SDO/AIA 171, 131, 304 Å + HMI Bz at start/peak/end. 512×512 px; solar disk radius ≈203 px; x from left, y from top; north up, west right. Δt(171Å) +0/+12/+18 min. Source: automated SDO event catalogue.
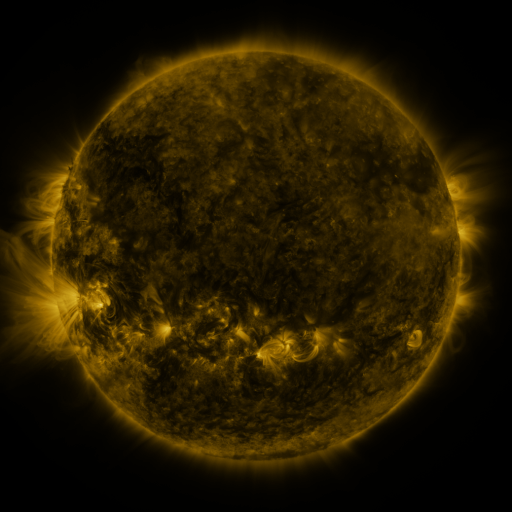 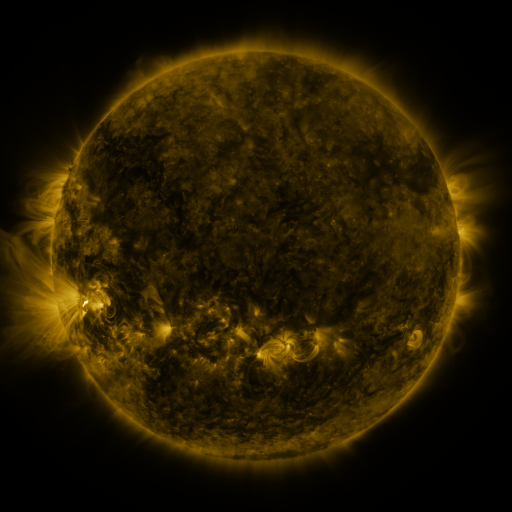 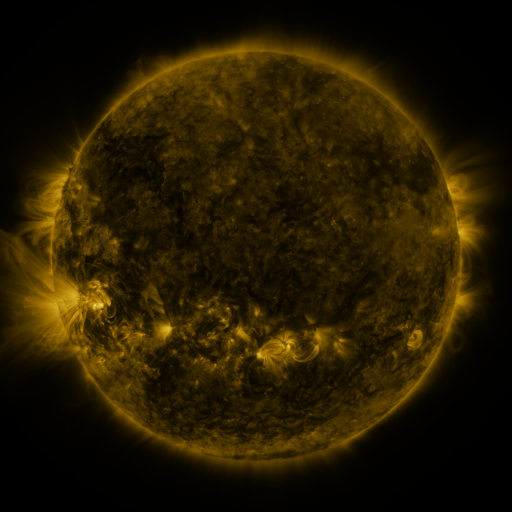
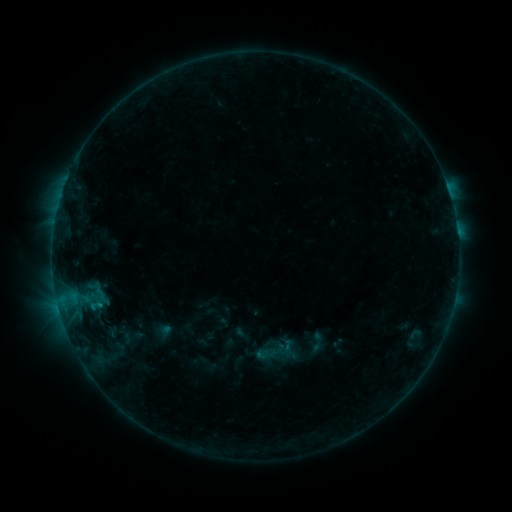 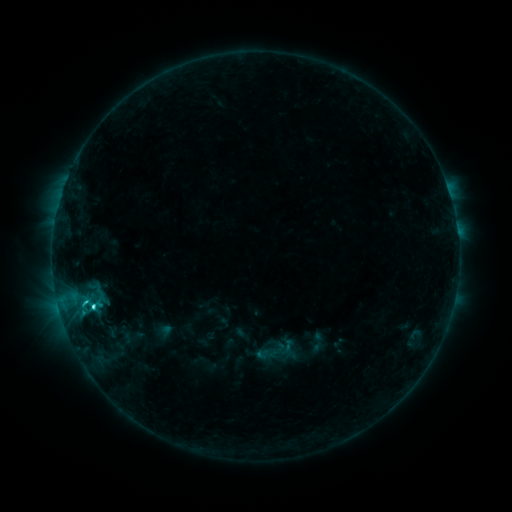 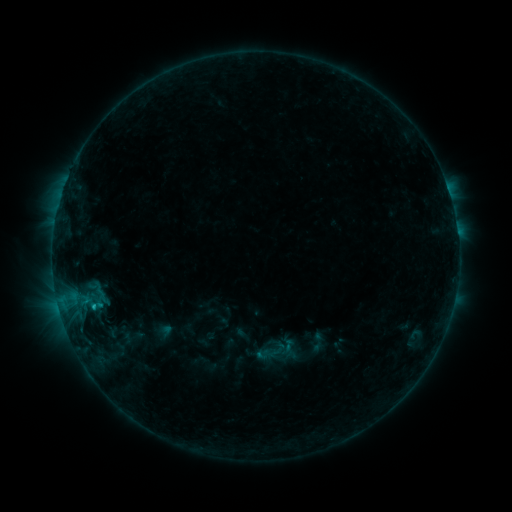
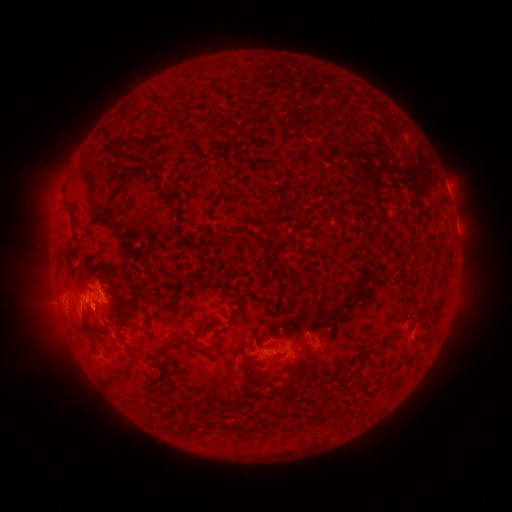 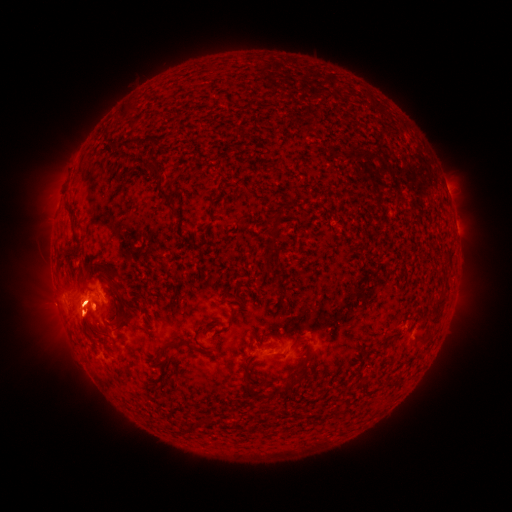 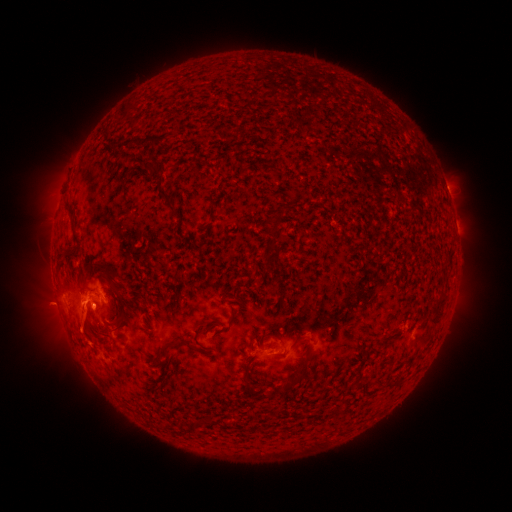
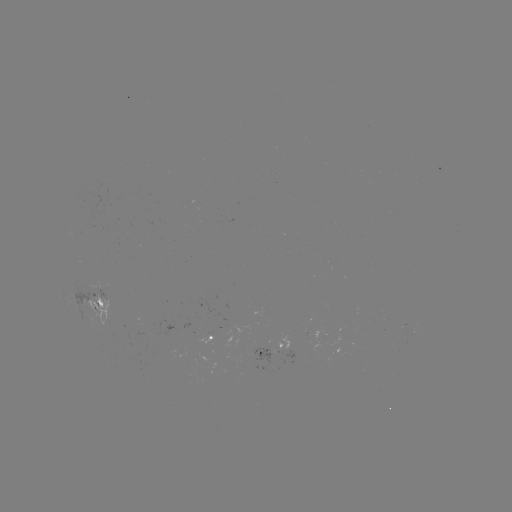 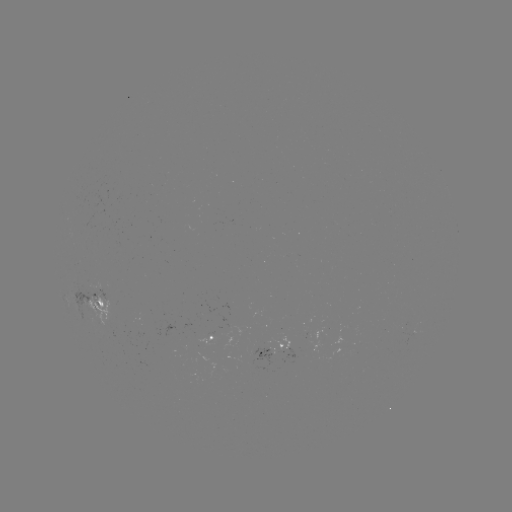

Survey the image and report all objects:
C2.2 flare: (94, 306)
